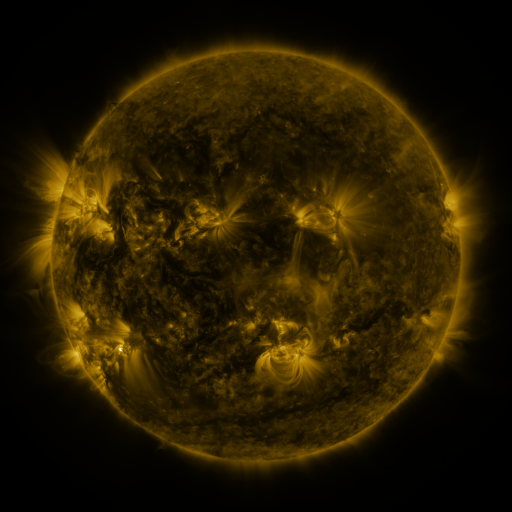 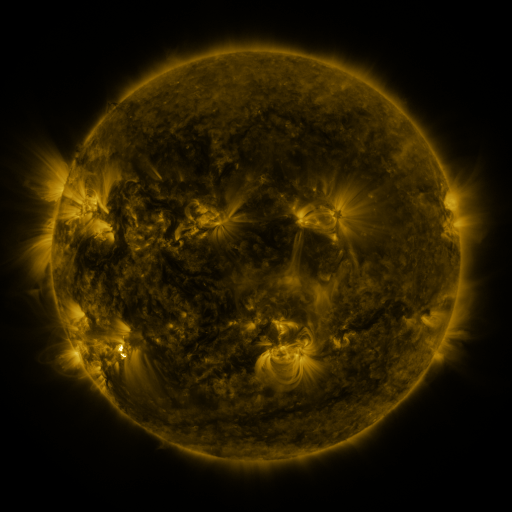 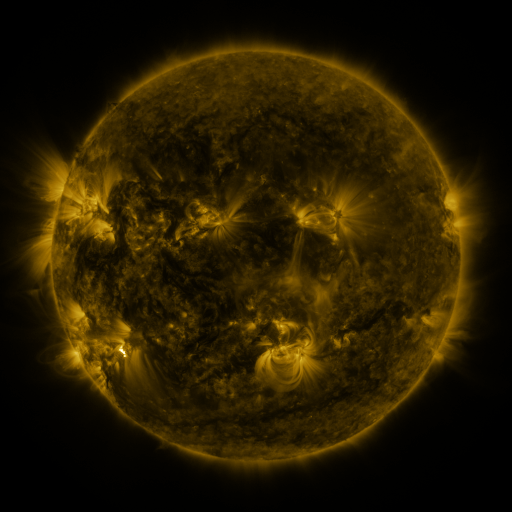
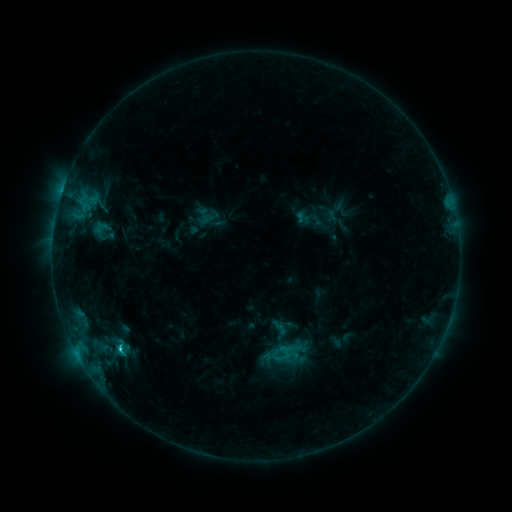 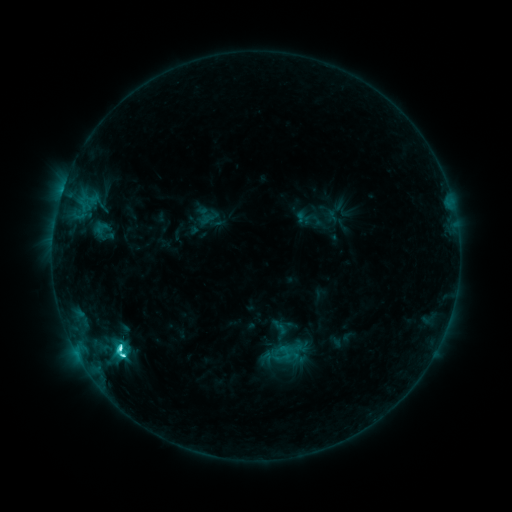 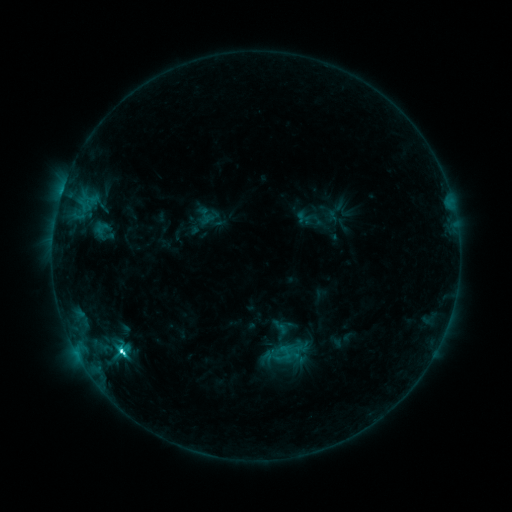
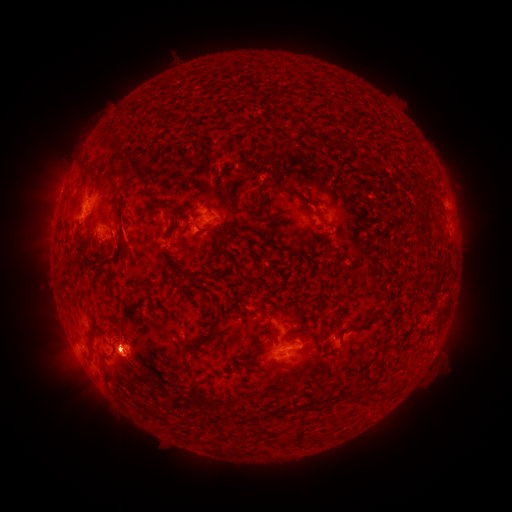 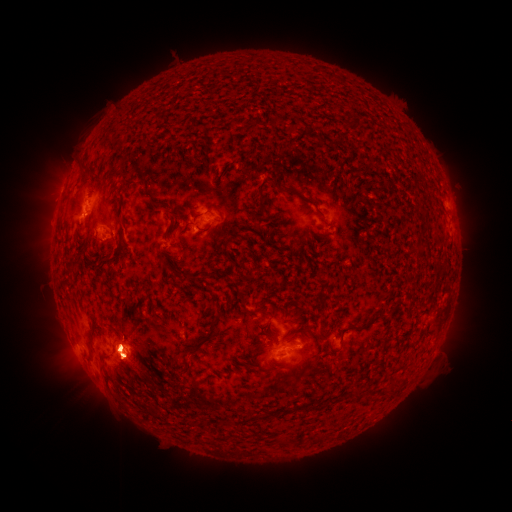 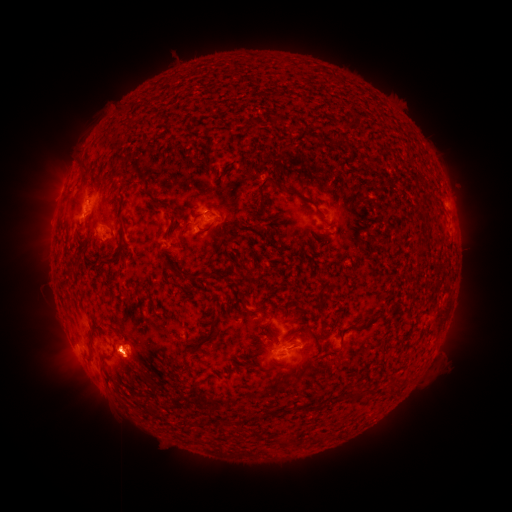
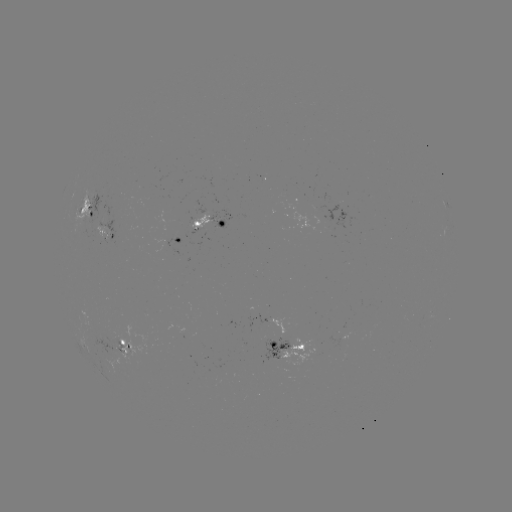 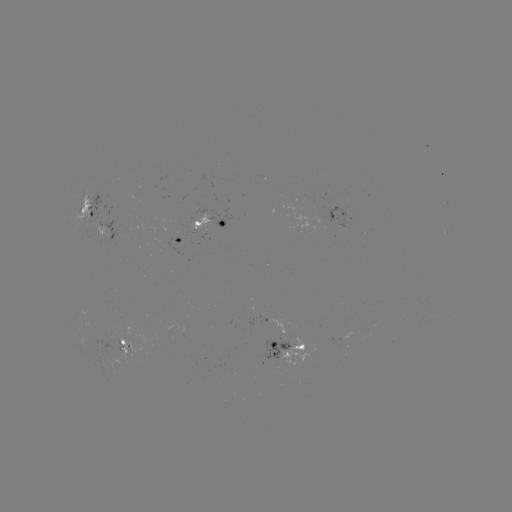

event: eruption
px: (284, 367)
